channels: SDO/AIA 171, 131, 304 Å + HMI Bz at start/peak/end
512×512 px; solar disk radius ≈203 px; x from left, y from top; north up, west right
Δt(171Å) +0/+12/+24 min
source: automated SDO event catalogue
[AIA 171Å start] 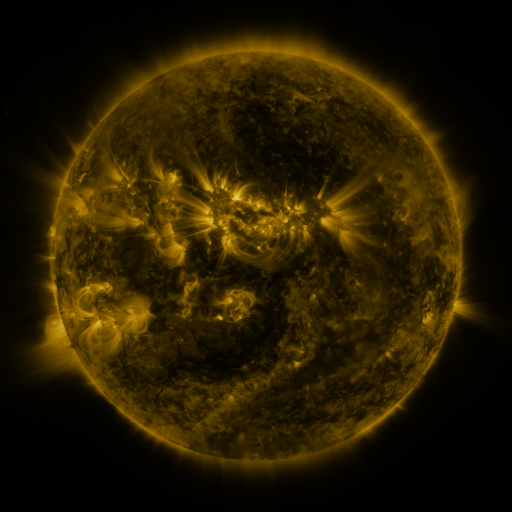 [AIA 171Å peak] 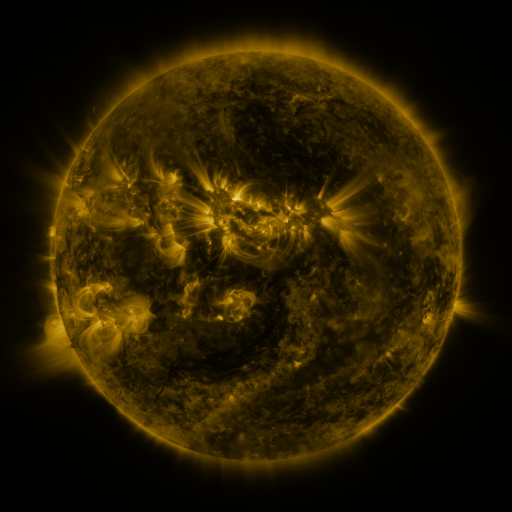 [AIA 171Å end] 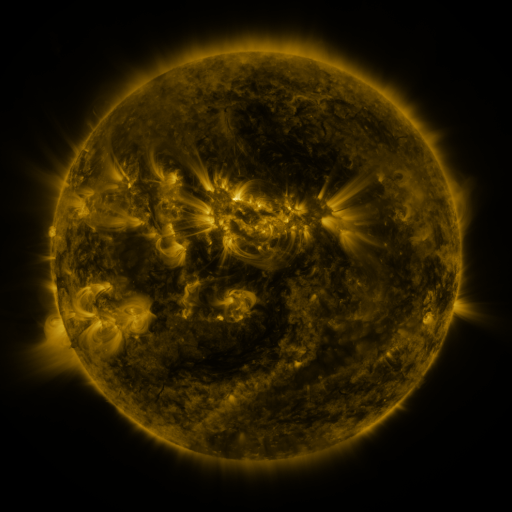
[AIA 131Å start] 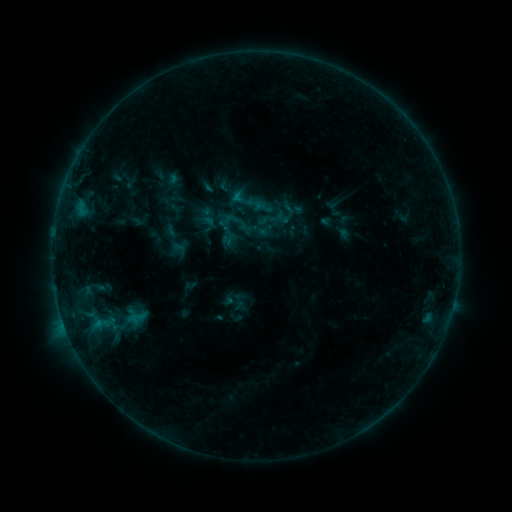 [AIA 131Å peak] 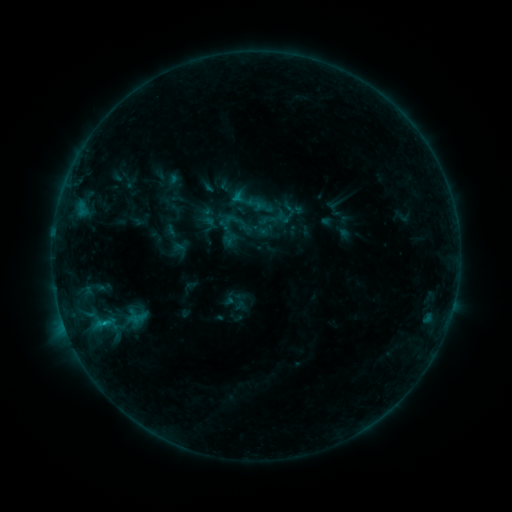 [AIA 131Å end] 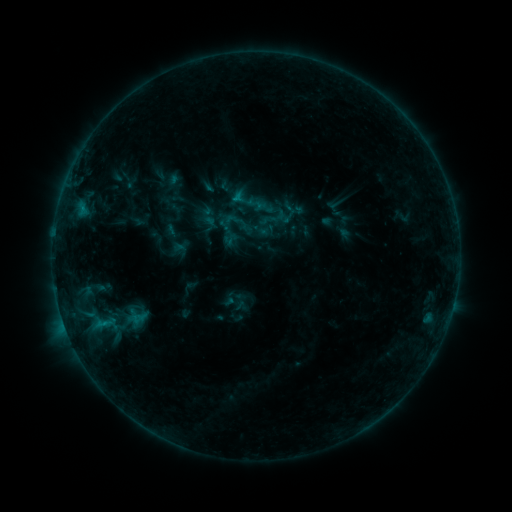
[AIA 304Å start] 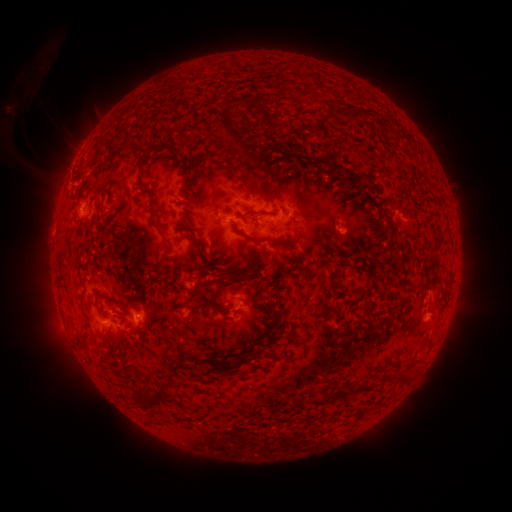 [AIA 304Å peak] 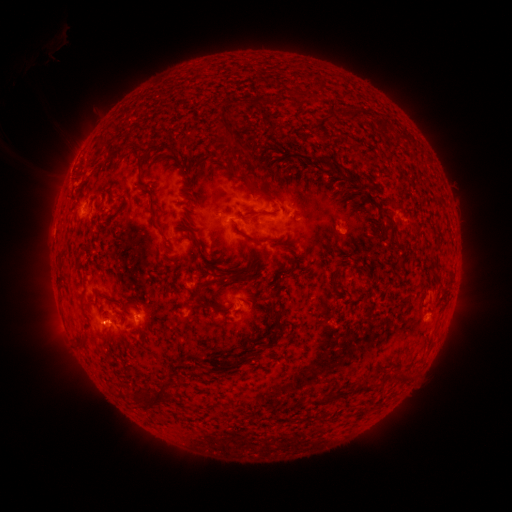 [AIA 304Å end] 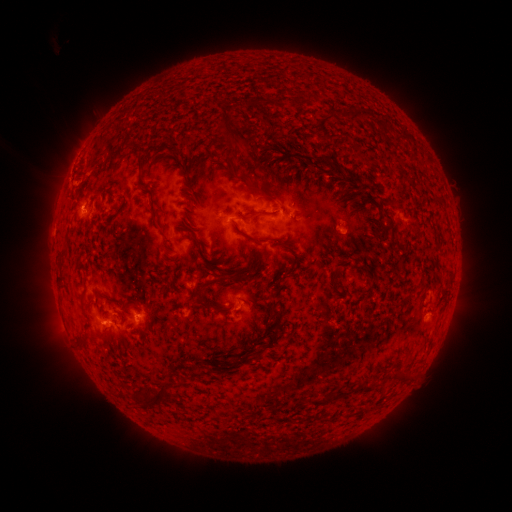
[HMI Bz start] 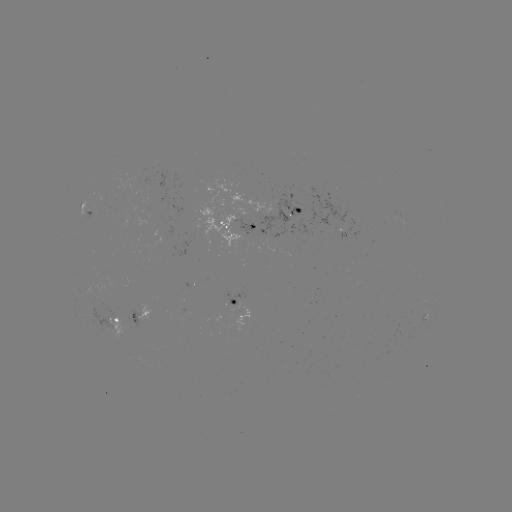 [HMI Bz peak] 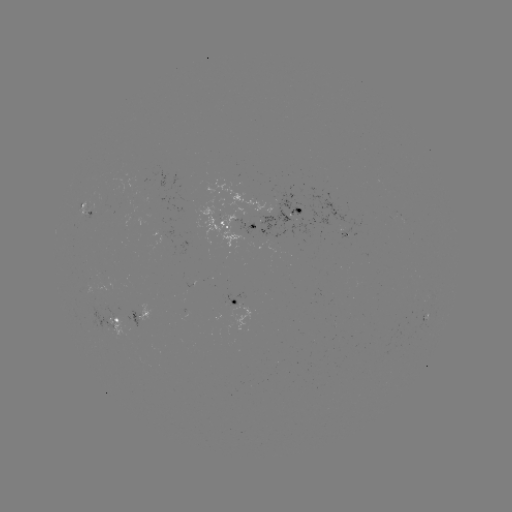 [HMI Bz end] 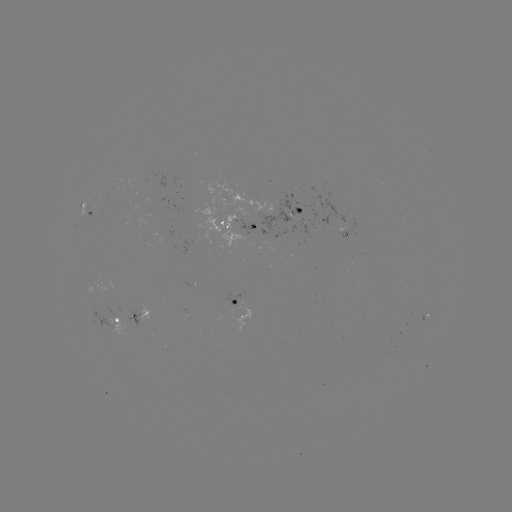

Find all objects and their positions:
B6.4 flare: (104, 322)
